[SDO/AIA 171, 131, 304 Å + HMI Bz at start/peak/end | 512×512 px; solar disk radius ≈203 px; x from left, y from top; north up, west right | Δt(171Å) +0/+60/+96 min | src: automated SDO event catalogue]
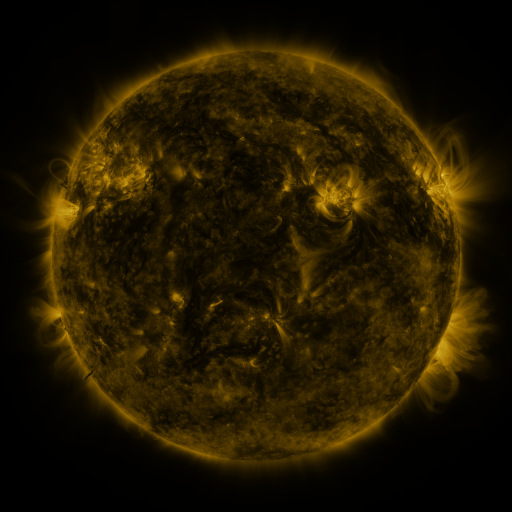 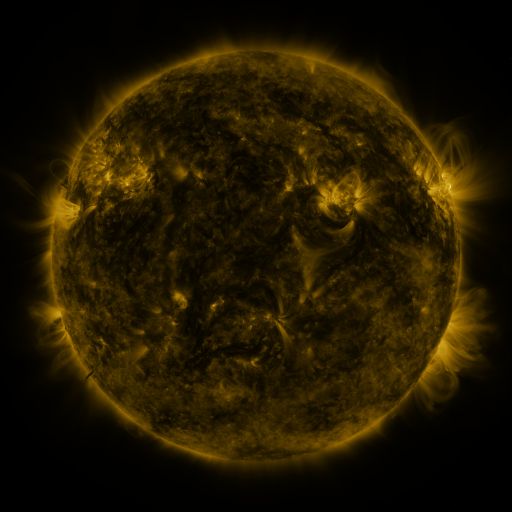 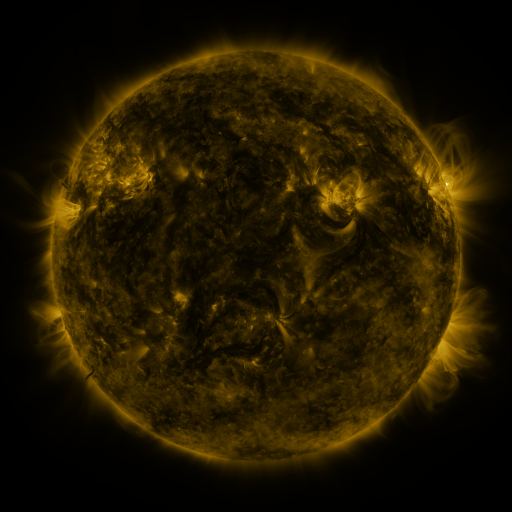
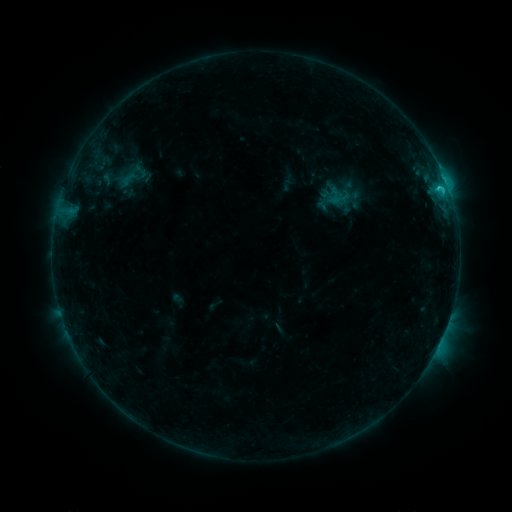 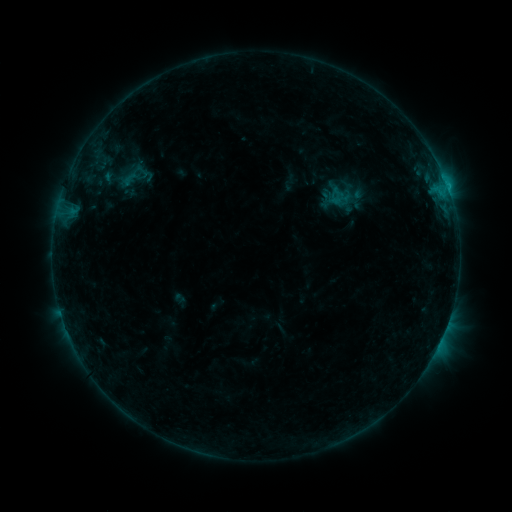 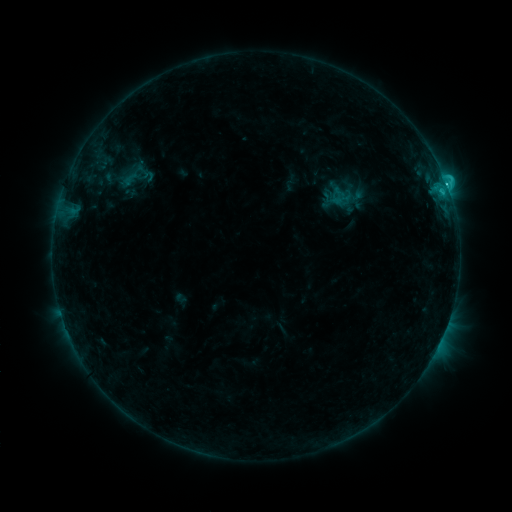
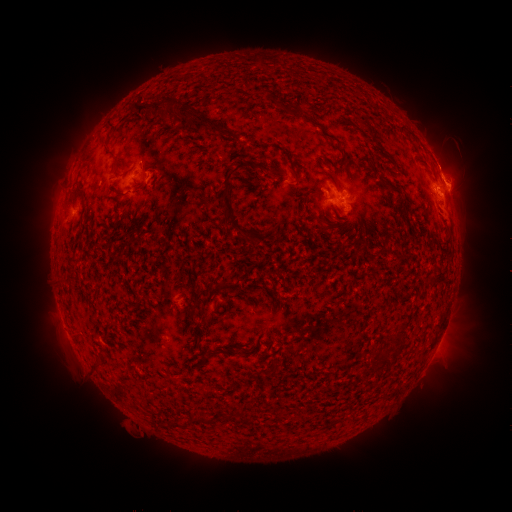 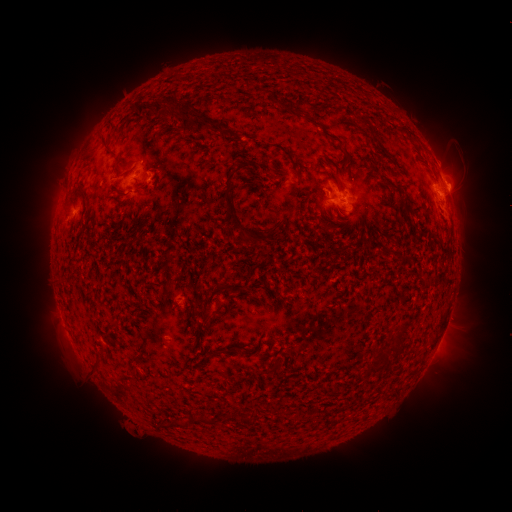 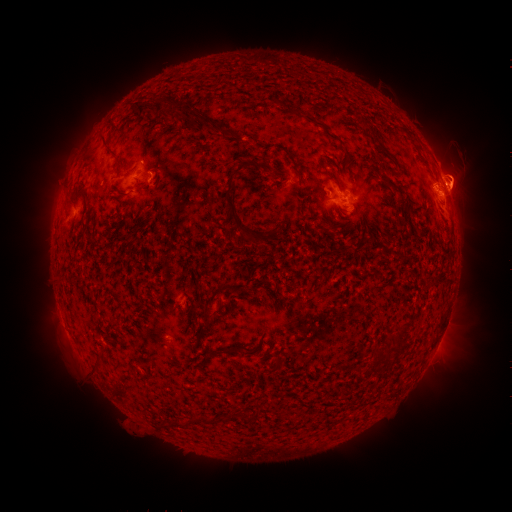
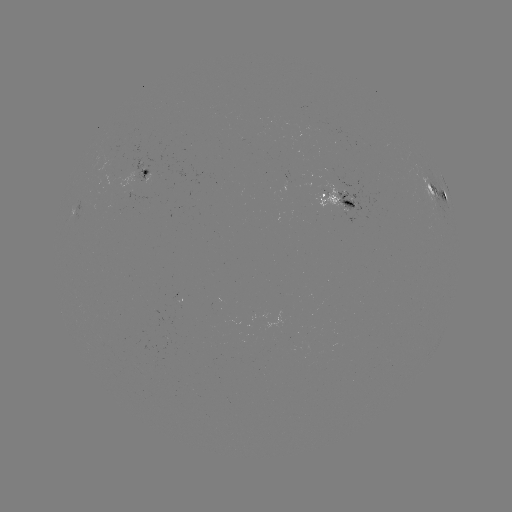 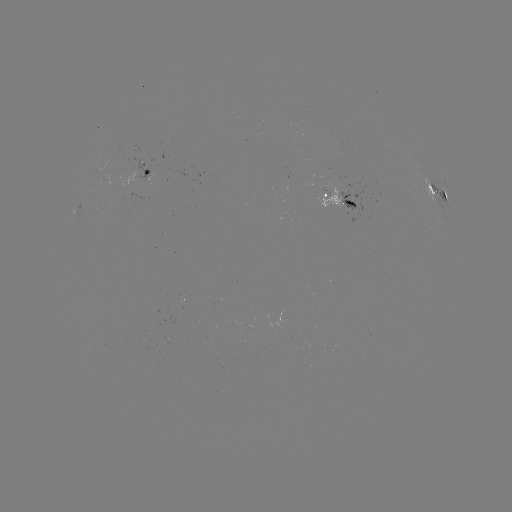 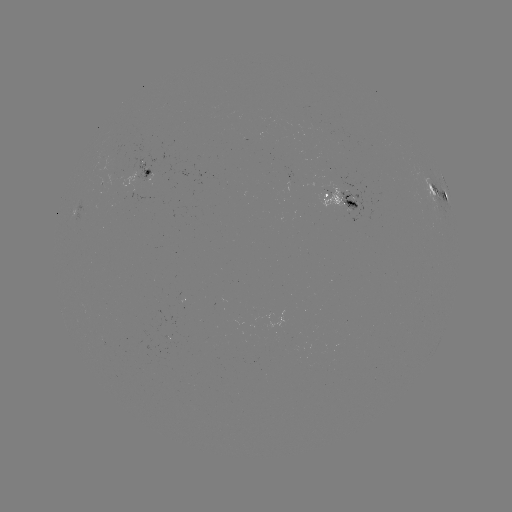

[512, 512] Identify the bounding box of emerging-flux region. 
[119, 173, 137, 189].